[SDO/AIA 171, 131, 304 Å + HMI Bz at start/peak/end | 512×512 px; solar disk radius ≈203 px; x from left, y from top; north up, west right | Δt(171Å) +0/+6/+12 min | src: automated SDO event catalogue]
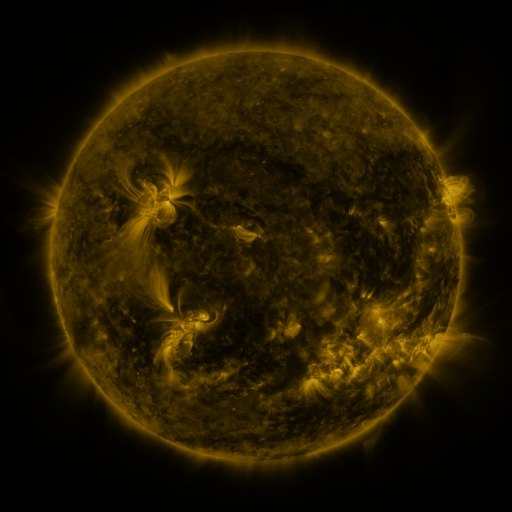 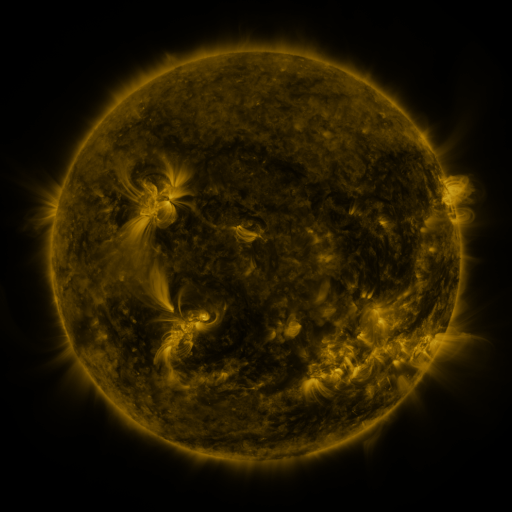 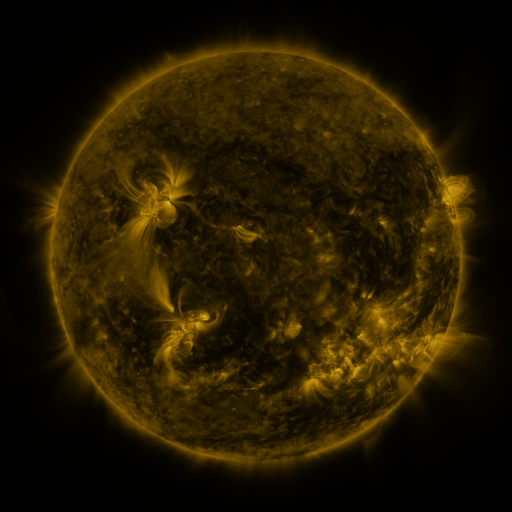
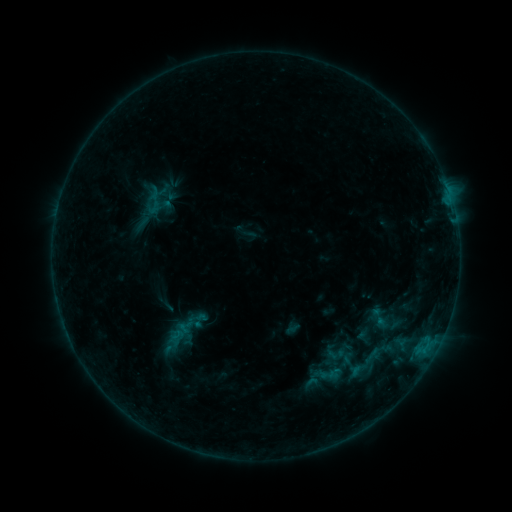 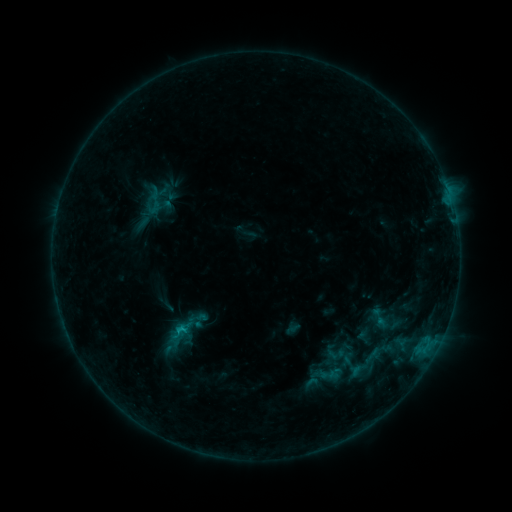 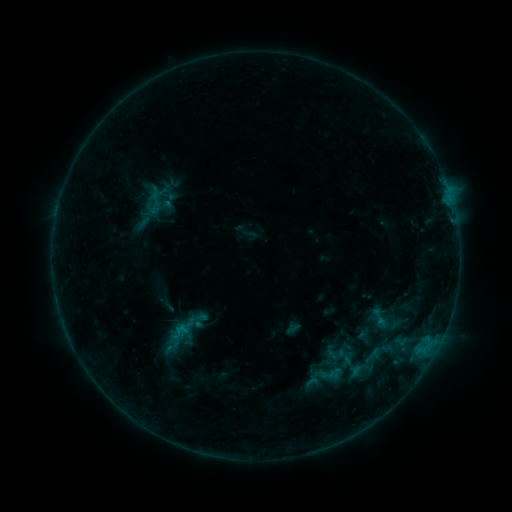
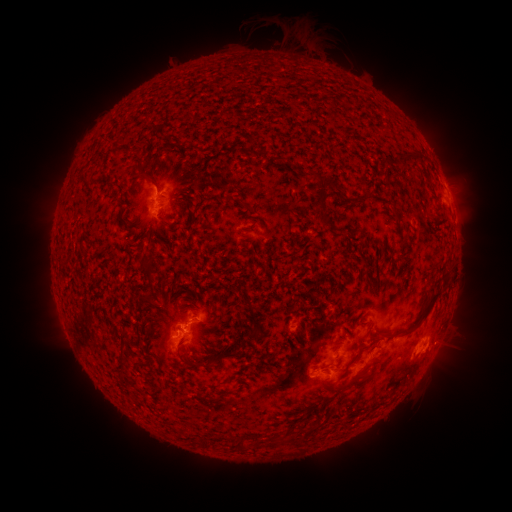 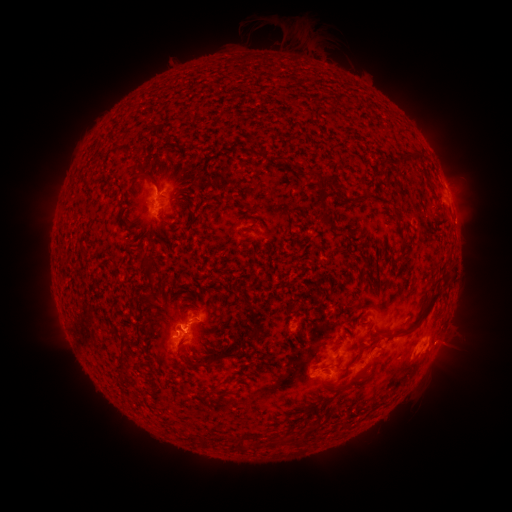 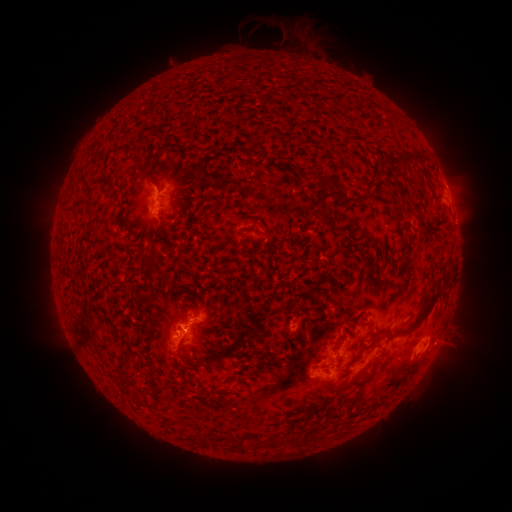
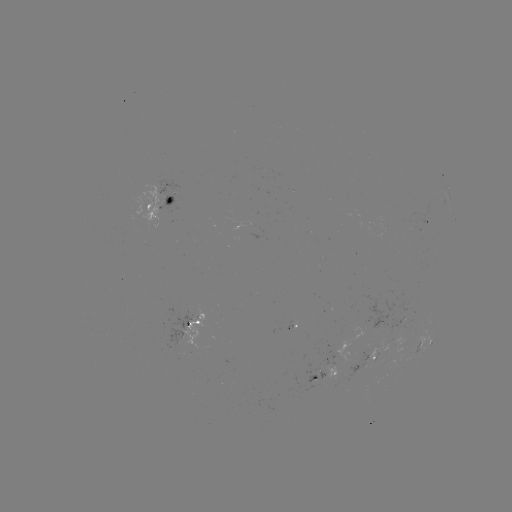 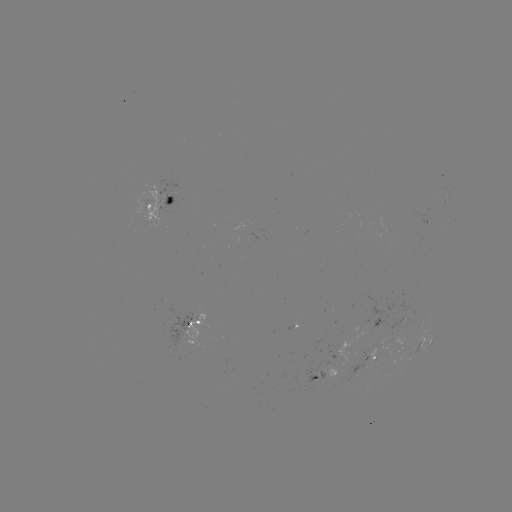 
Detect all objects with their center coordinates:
B7.2 flare: (185, 329)
